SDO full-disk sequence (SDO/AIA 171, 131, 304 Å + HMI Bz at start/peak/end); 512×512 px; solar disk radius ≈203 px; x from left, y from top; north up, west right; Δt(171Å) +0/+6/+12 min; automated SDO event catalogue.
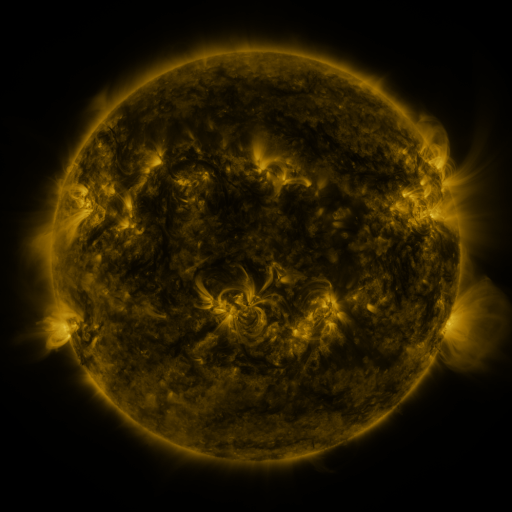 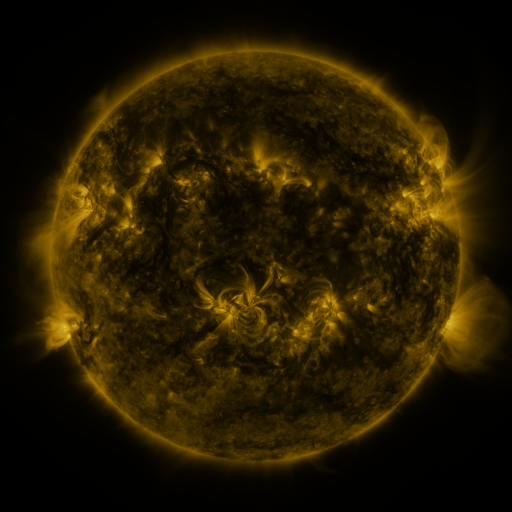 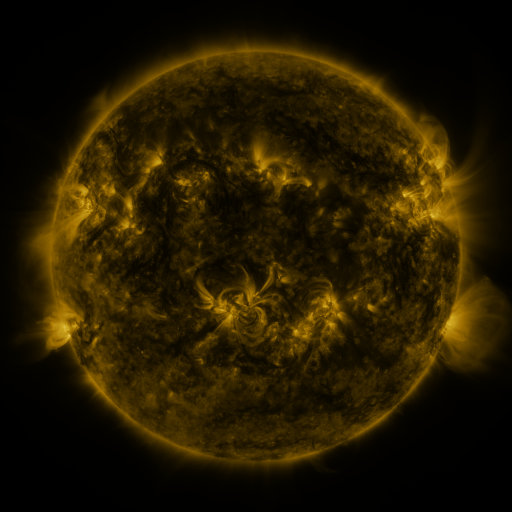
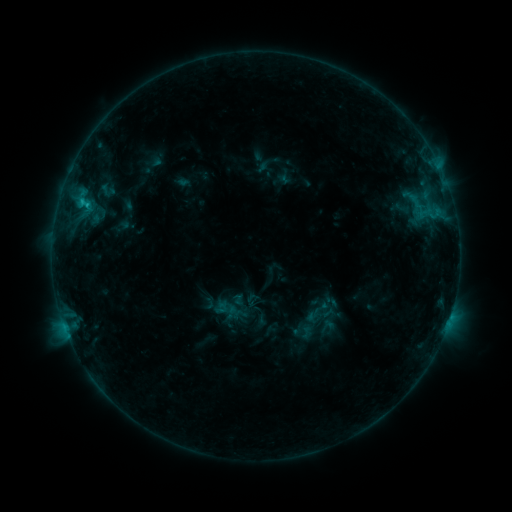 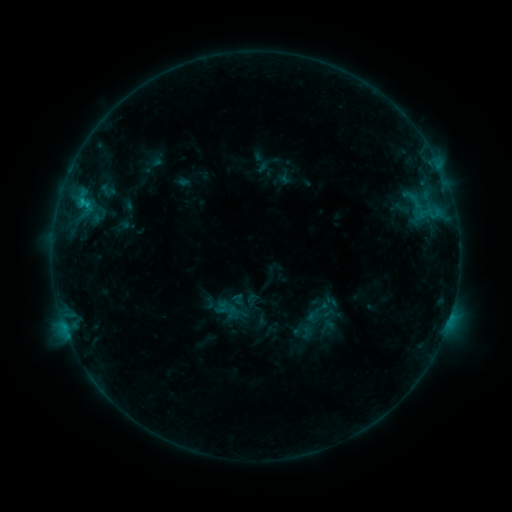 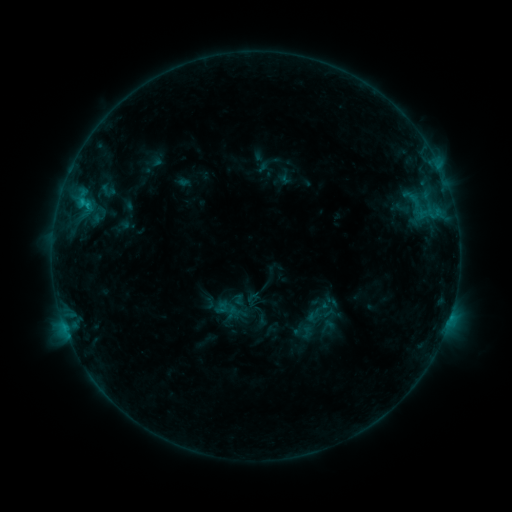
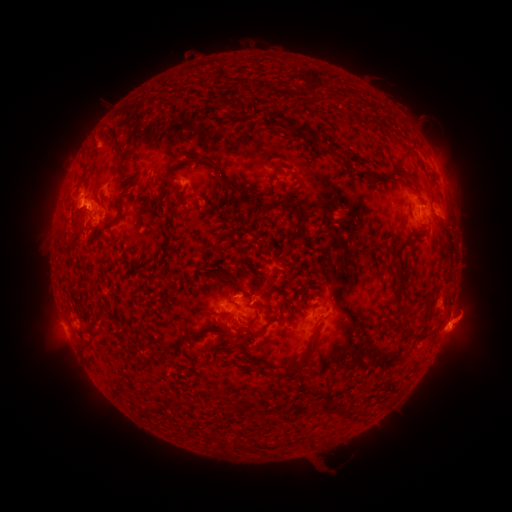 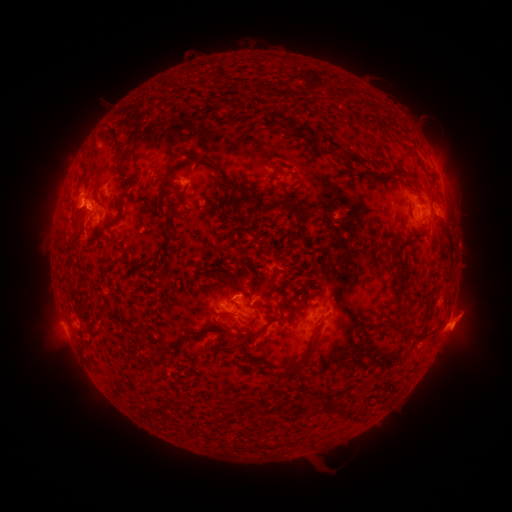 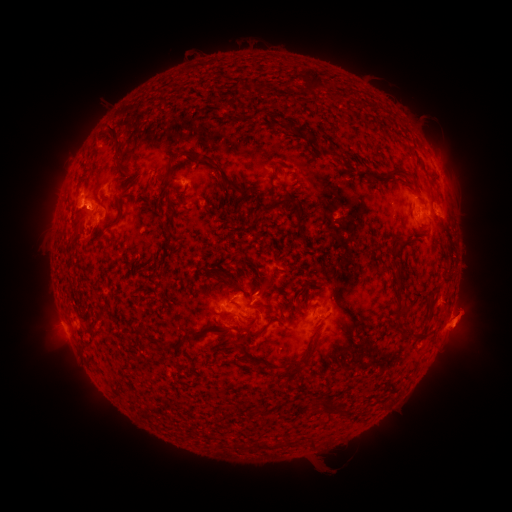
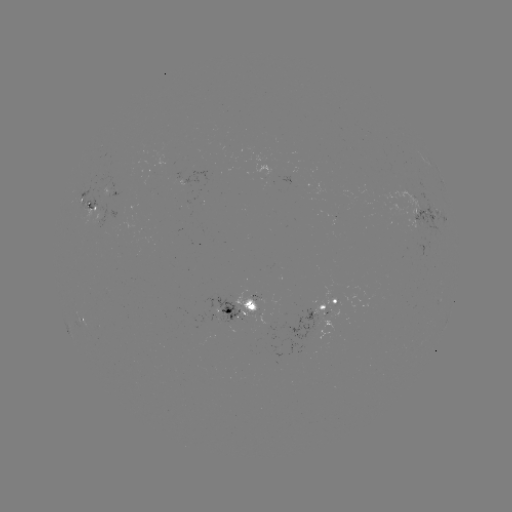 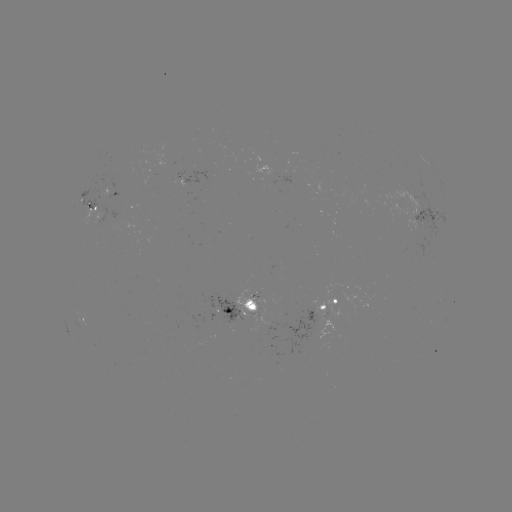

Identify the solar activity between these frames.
eruption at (468, 319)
